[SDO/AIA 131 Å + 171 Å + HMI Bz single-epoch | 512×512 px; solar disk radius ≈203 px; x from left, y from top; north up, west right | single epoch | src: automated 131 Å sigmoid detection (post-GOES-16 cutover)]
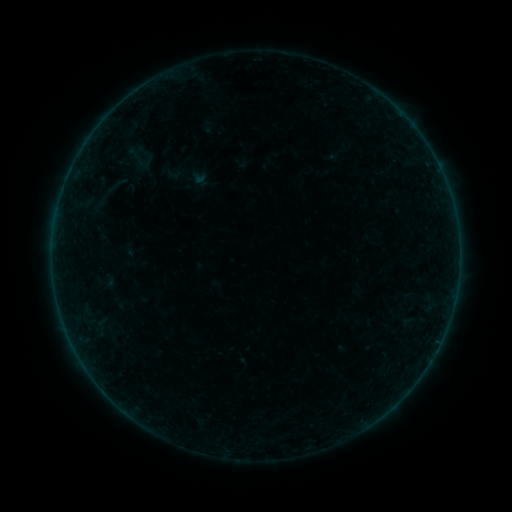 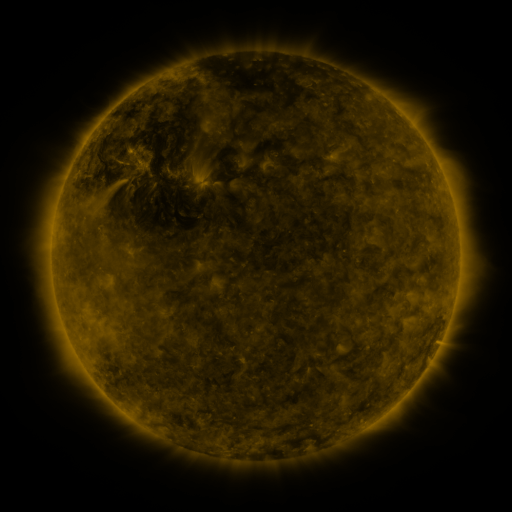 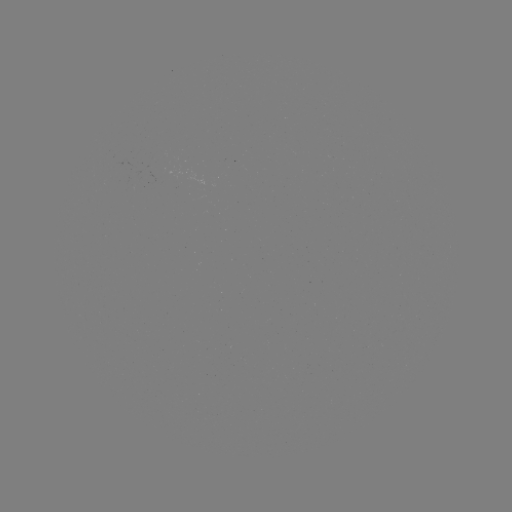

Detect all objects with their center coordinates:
sigmoid: (139, 157)
sigmoid: (117, 185)
